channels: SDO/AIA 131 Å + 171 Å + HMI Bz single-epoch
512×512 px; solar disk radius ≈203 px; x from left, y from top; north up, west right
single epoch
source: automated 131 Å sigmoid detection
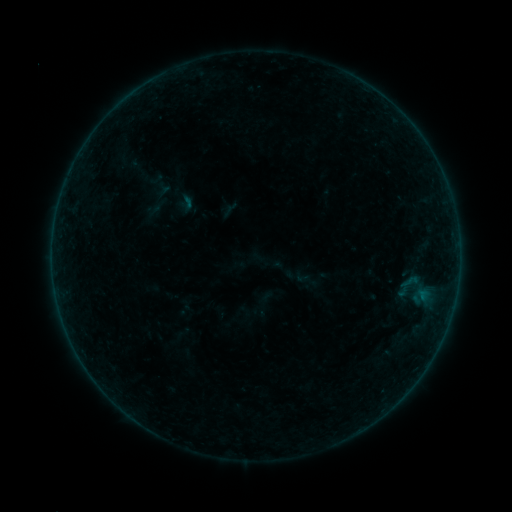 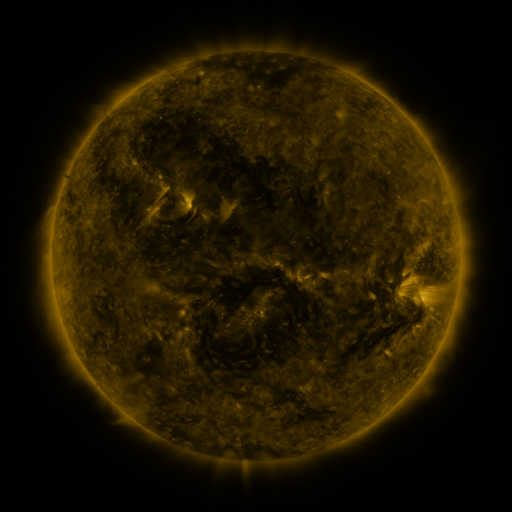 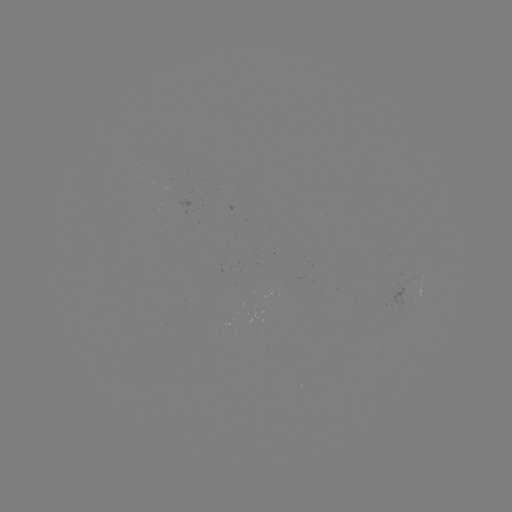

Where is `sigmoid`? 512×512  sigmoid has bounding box [400, 272, 419, 291].